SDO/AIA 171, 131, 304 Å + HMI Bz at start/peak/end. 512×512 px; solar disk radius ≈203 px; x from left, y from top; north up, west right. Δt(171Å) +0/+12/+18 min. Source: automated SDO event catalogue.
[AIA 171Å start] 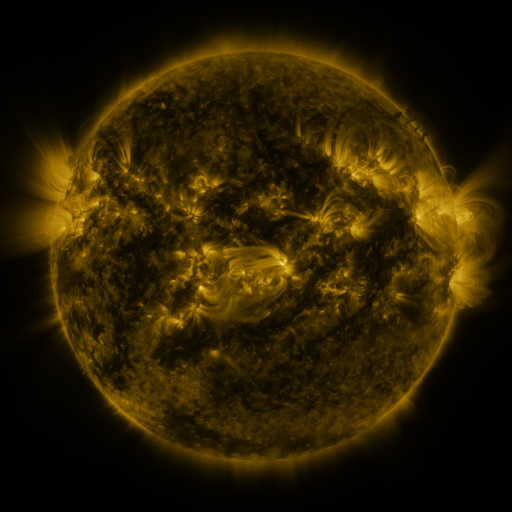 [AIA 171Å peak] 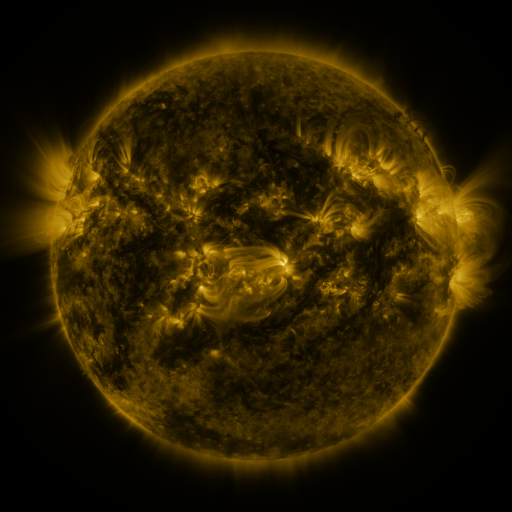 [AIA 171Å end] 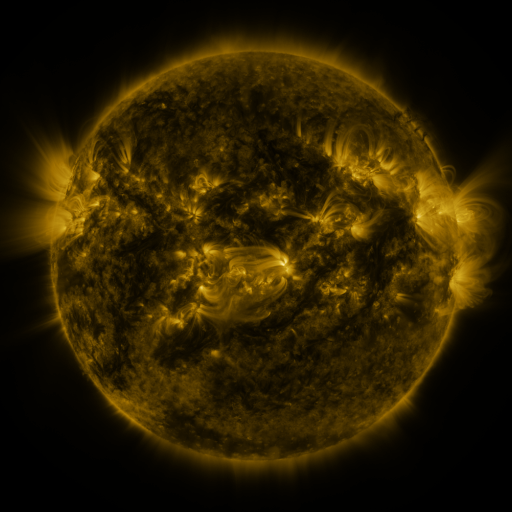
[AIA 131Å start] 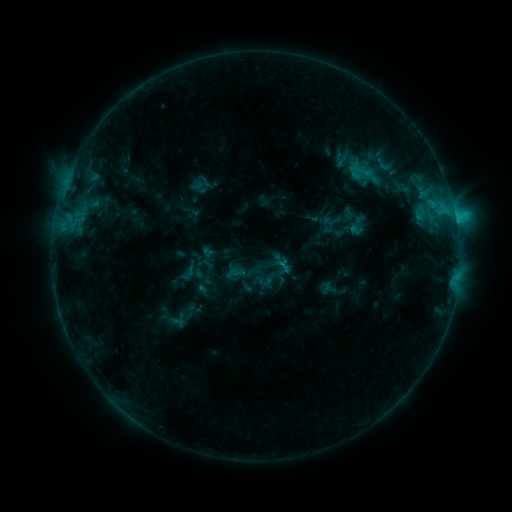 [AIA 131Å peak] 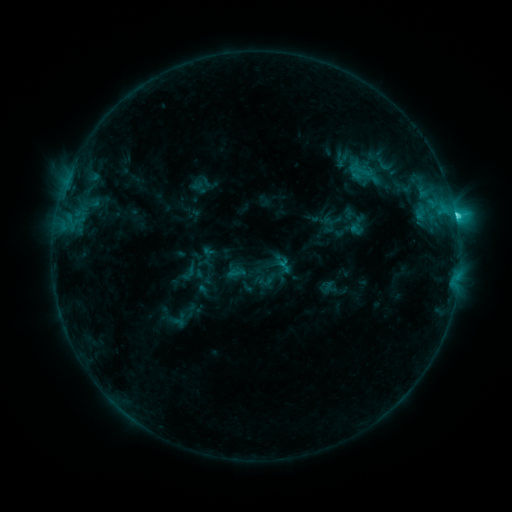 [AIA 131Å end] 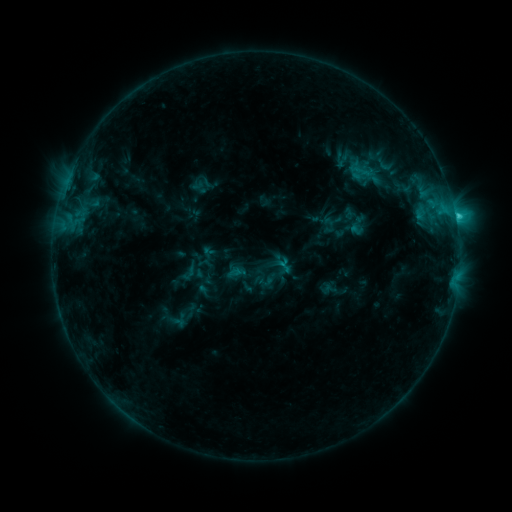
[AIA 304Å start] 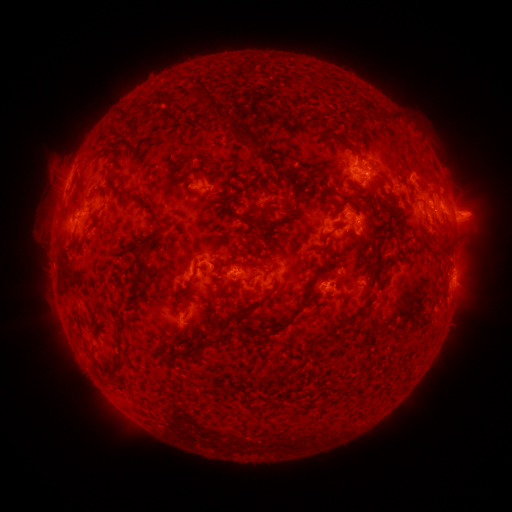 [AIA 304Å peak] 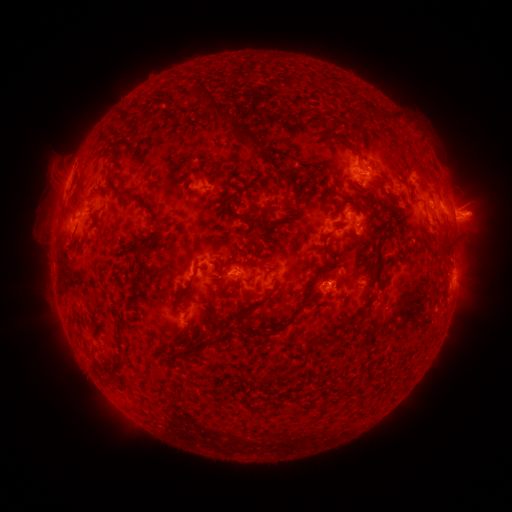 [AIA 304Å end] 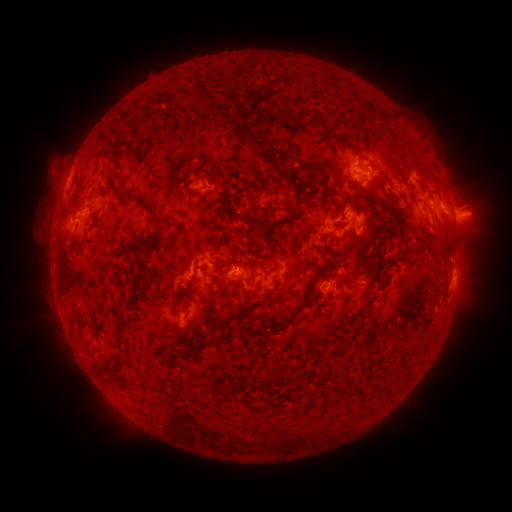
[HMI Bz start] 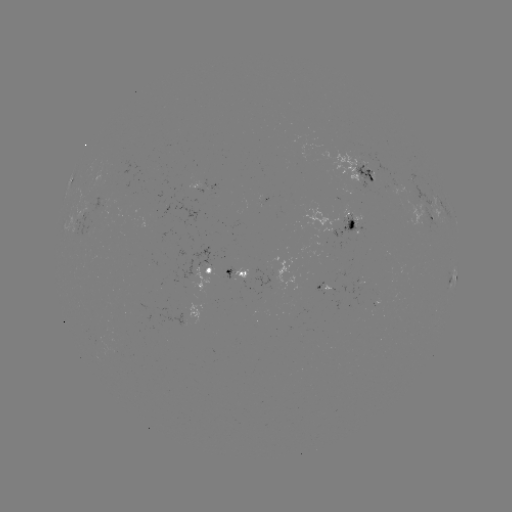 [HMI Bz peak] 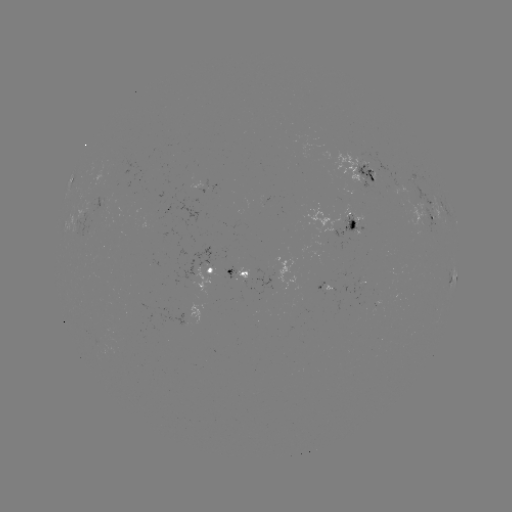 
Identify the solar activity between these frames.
C2.3 flare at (327, 281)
